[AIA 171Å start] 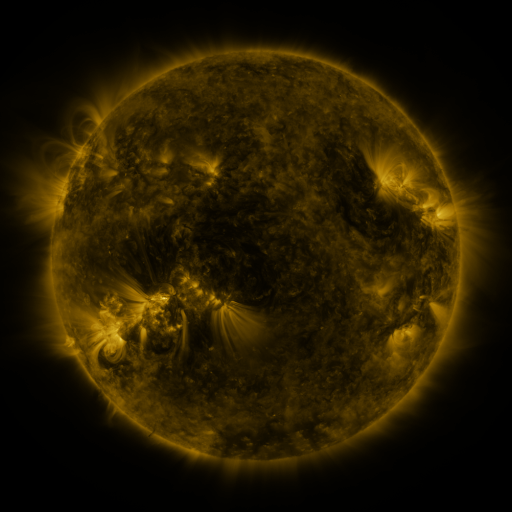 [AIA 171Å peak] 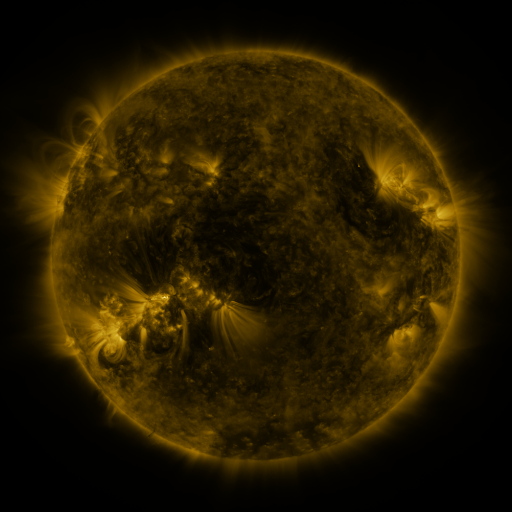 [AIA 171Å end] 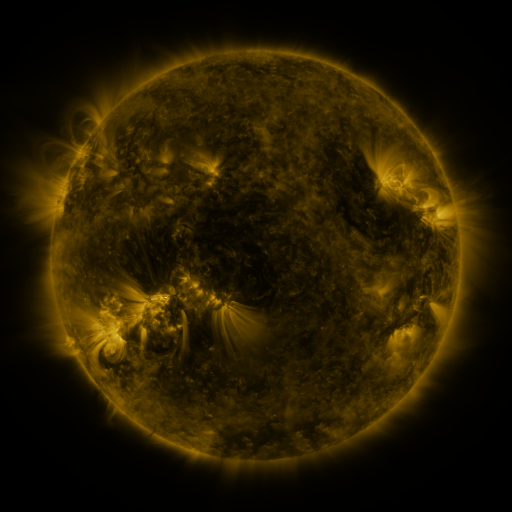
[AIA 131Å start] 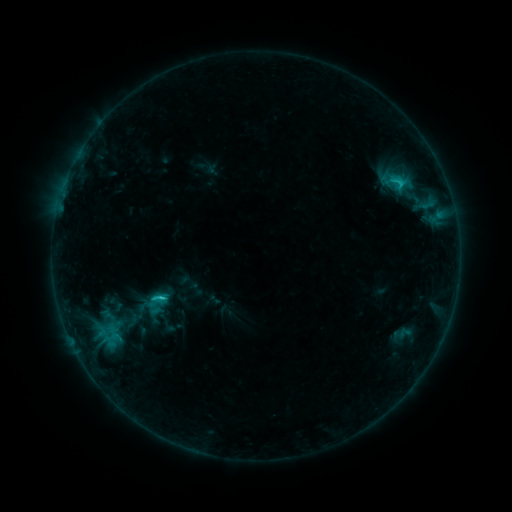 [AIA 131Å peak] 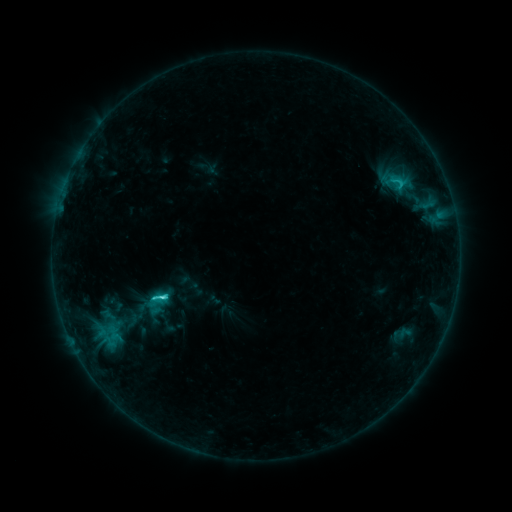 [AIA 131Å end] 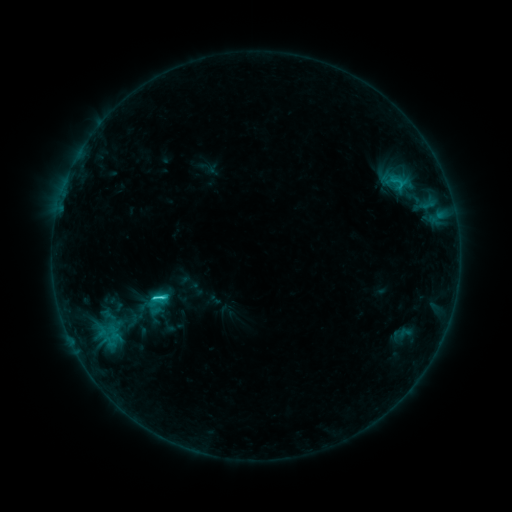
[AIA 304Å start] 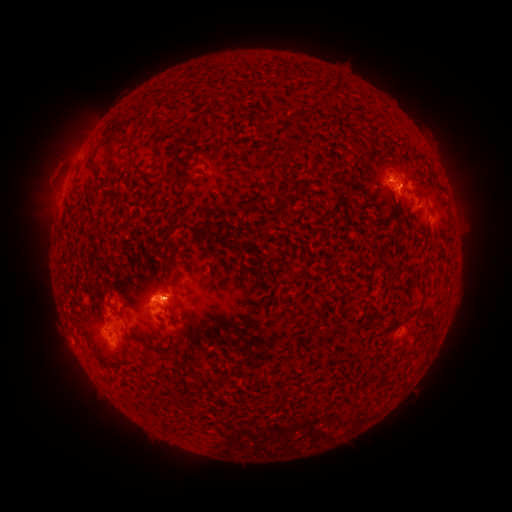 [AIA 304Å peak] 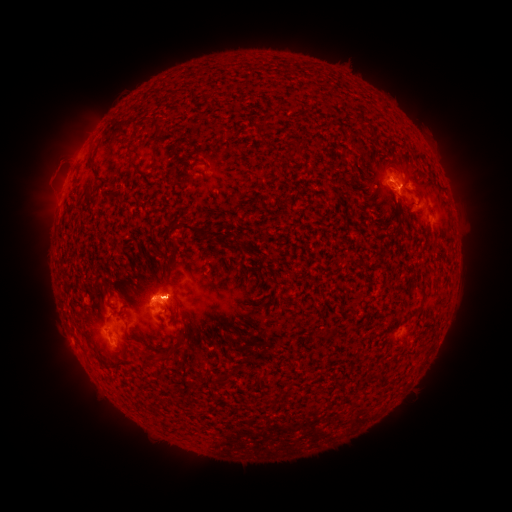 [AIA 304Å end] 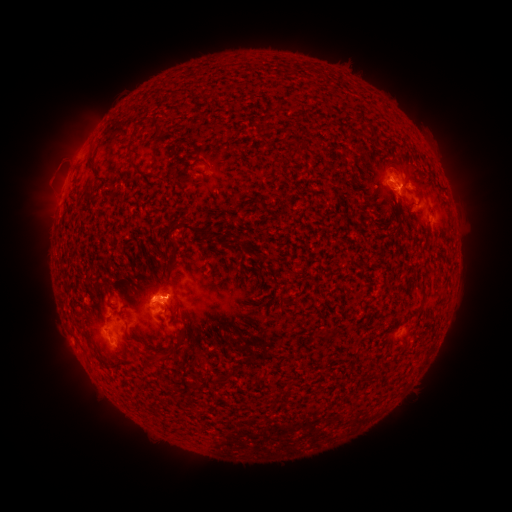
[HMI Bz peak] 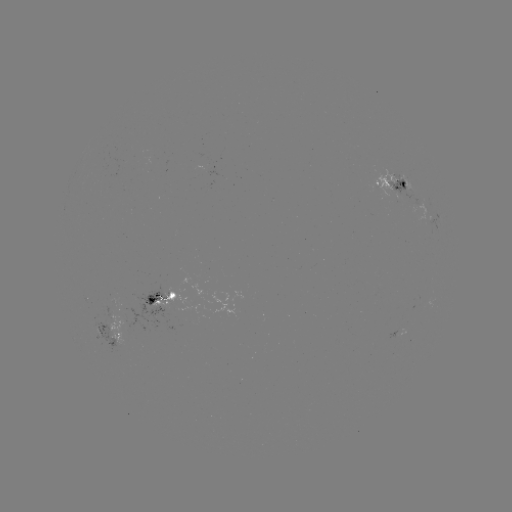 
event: flare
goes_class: C2.9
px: (163, 293)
